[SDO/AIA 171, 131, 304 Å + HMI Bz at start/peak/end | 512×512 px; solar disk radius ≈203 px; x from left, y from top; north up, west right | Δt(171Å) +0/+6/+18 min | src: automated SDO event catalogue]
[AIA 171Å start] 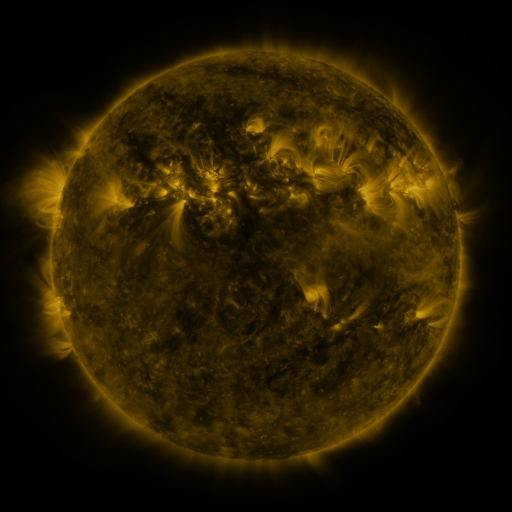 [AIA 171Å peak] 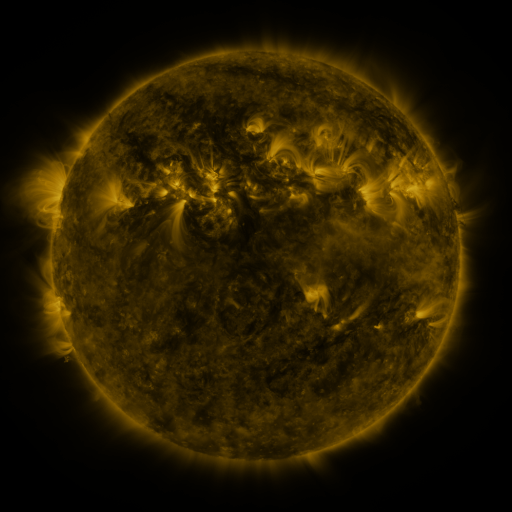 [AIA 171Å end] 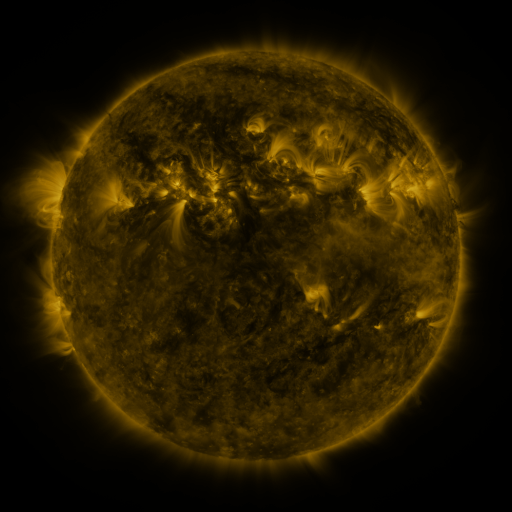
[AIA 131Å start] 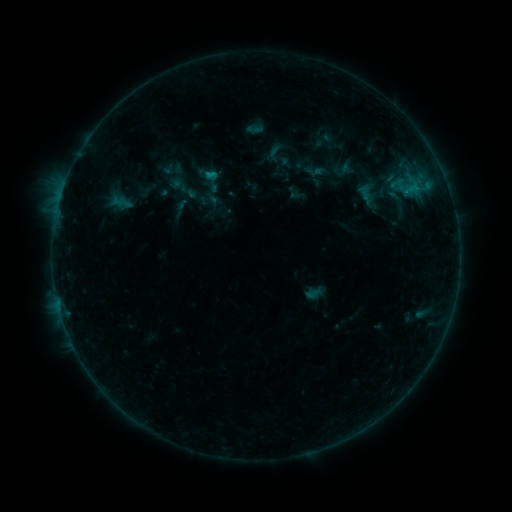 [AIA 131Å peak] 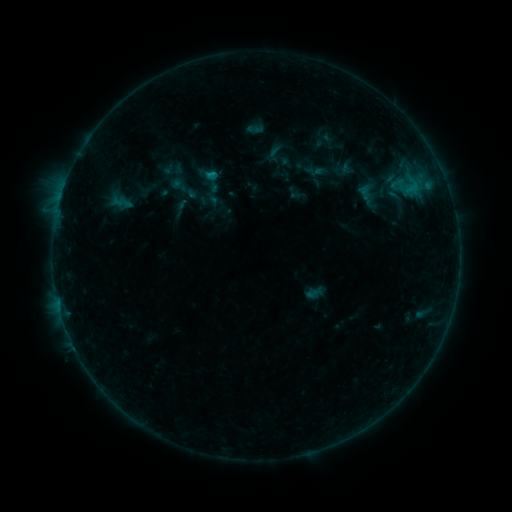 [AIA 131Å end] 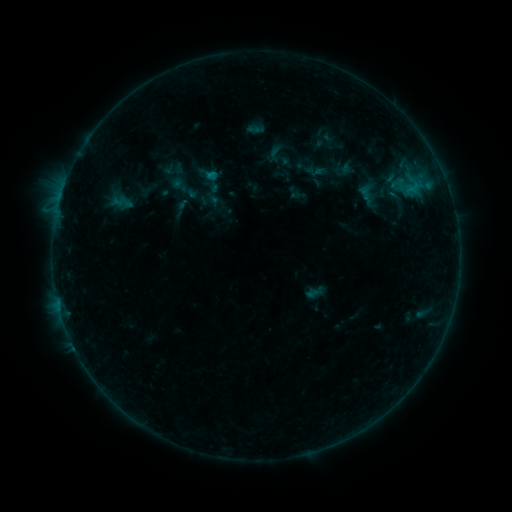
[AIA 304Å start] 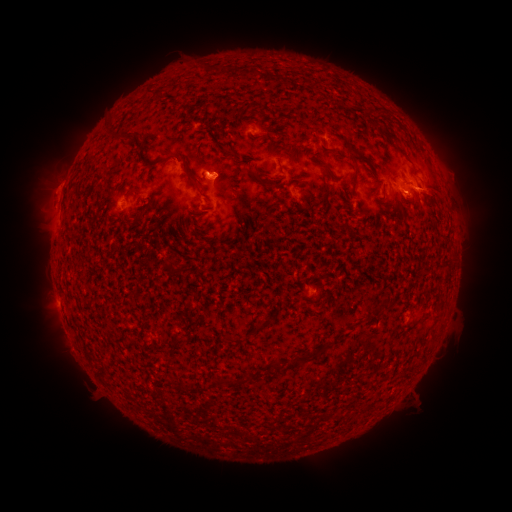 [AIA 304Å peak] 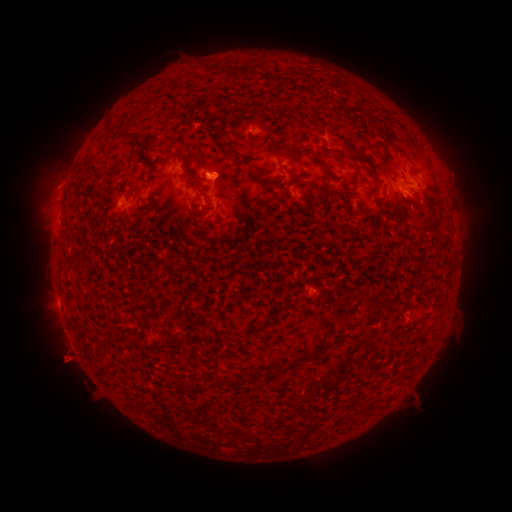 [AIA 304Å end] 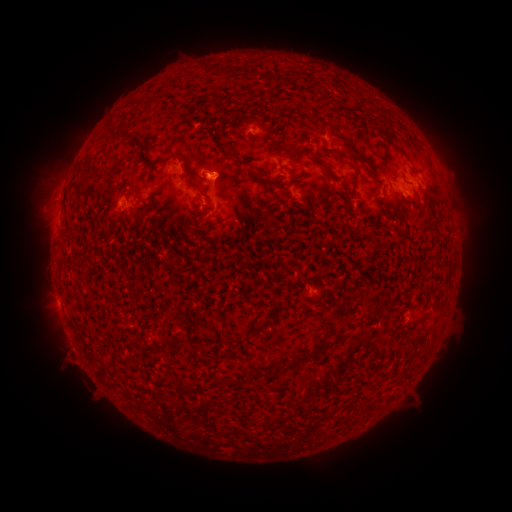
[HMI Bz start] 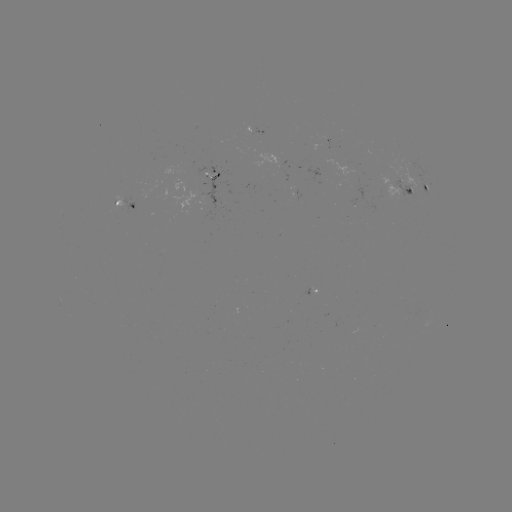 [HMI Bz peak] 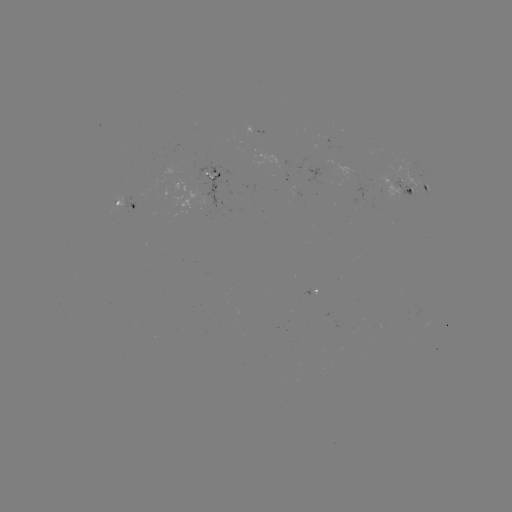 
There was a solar eruption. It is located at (67, 363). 